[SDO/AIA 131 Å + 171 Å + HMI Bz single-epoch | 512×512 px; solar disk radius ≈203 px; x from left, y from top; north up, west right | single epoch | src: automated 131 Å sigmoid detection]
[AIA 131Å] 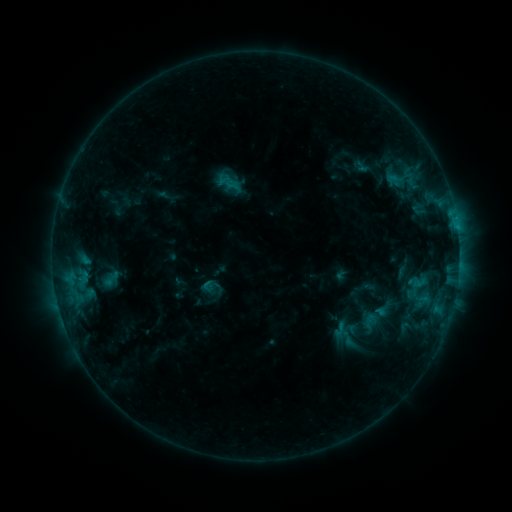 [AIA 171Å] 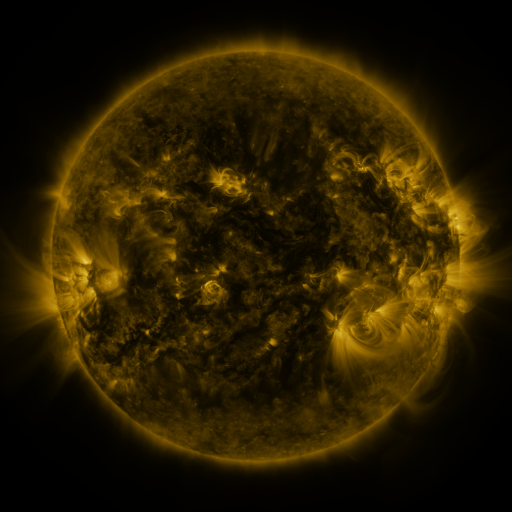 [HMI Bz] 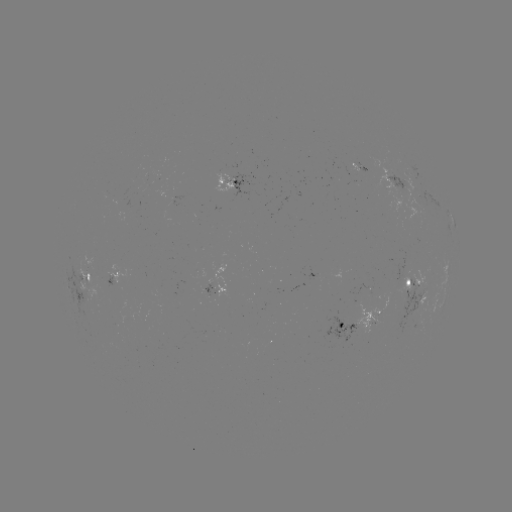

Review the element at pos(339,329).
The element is sigmoid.